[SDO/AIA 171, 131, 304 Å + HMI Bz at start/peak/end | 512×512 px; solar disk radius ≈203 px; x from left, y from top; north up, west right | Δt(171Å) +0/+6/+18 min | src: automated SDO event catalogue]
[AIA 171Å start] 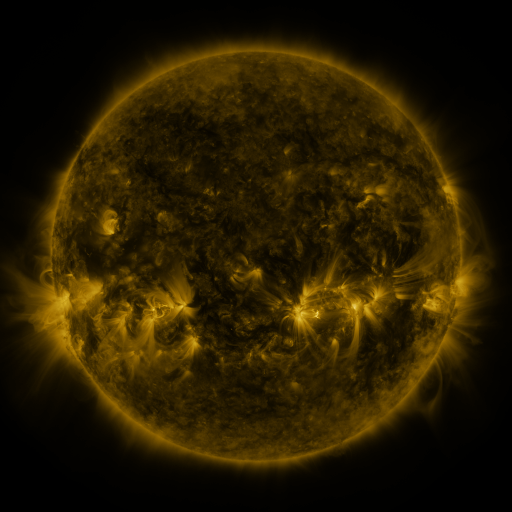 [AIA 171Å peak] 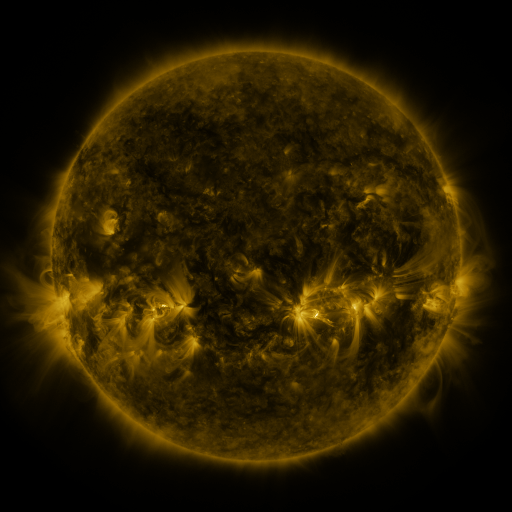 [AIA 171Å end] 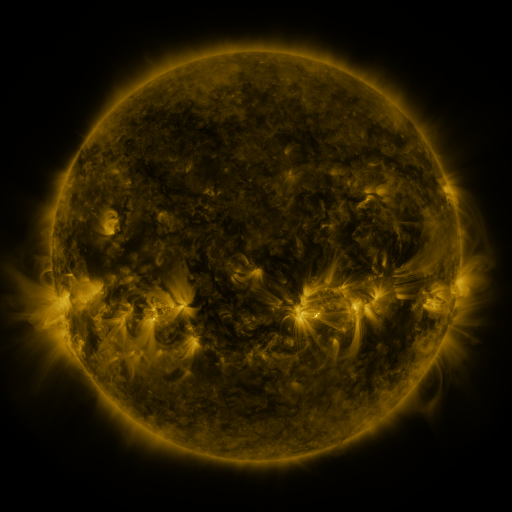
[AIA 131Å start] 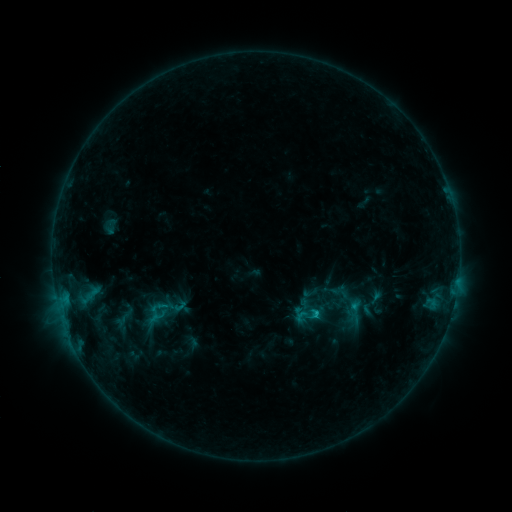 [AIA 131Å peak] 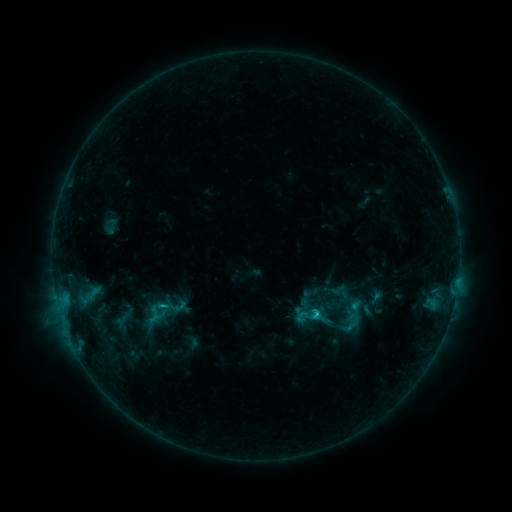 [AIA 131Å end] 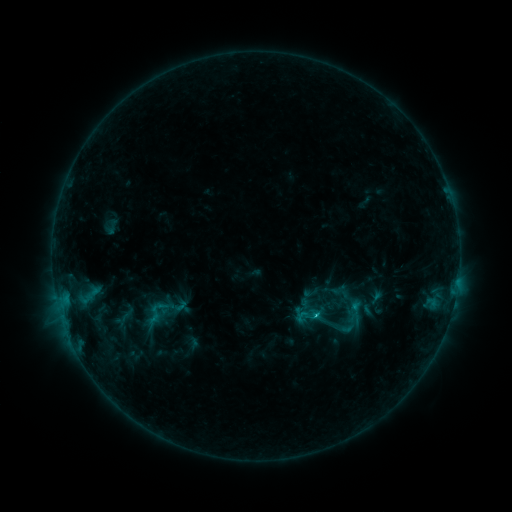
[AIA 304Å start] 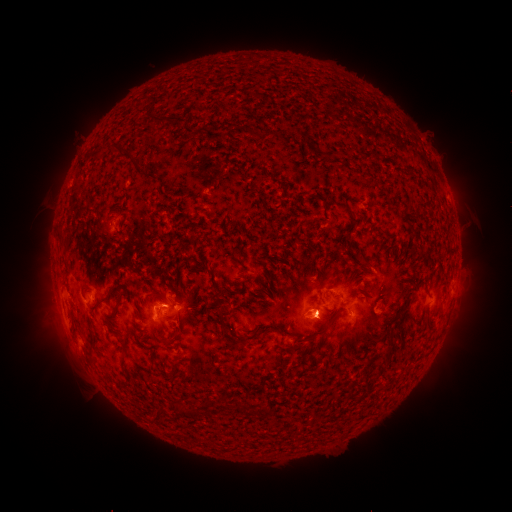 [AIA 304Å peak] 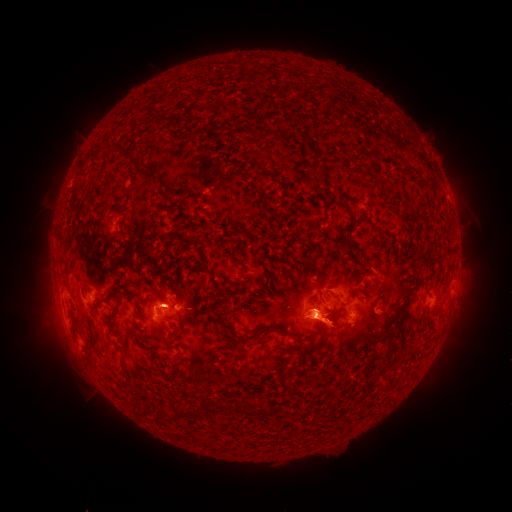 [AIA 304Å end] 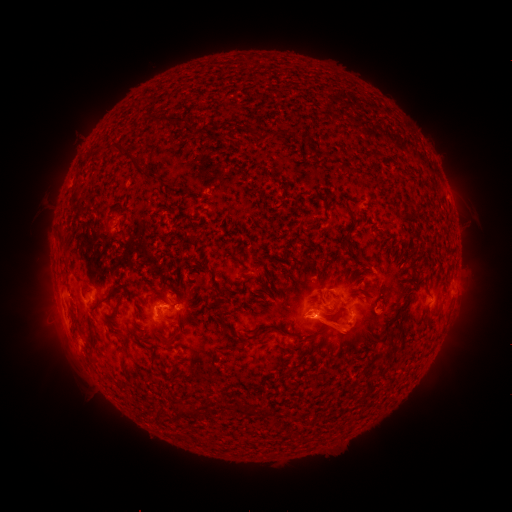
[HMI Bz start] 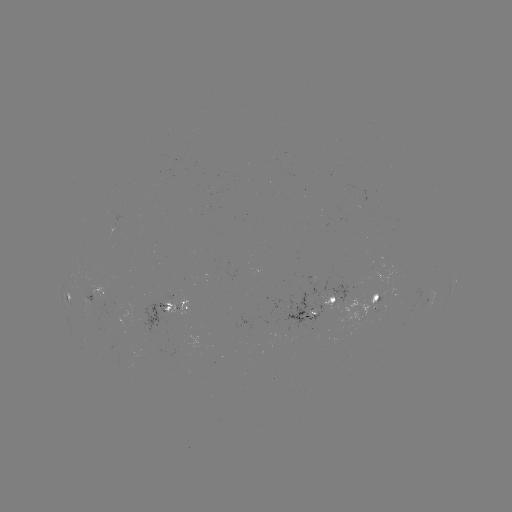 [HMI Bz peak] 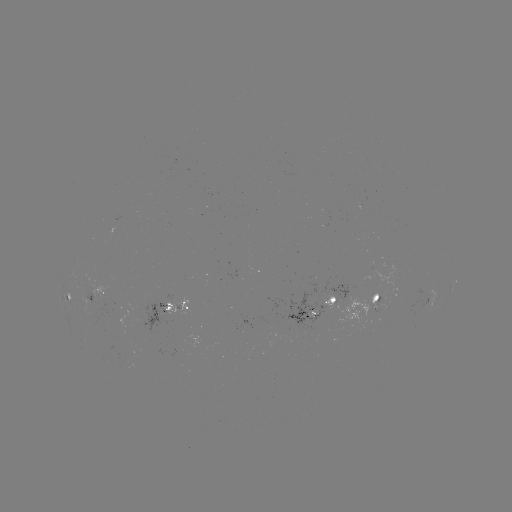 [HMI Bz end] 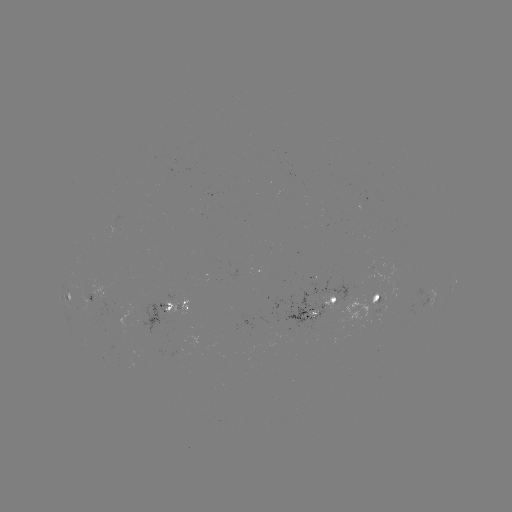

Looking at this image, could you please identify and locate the eruption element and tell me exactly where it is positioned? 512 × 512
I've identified eruption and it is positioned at (327, 323).